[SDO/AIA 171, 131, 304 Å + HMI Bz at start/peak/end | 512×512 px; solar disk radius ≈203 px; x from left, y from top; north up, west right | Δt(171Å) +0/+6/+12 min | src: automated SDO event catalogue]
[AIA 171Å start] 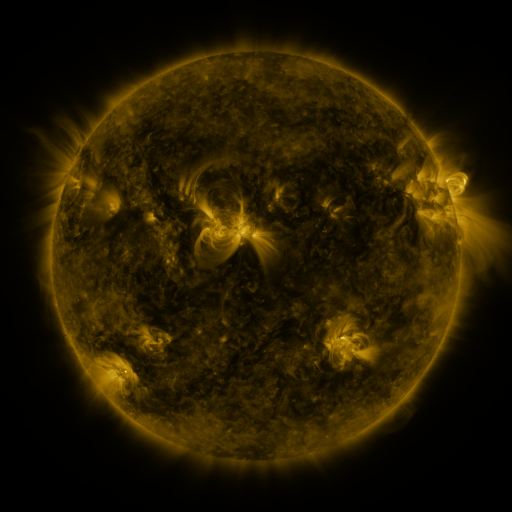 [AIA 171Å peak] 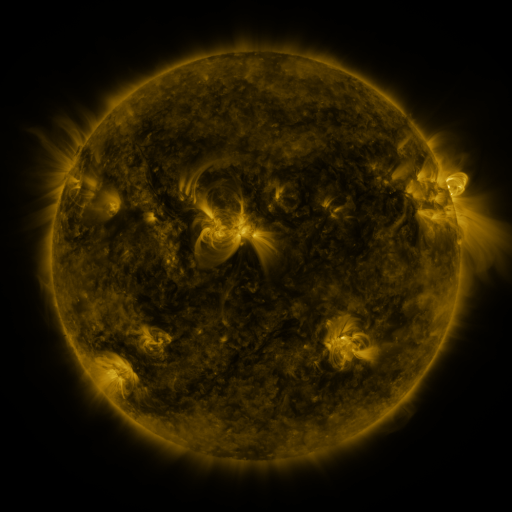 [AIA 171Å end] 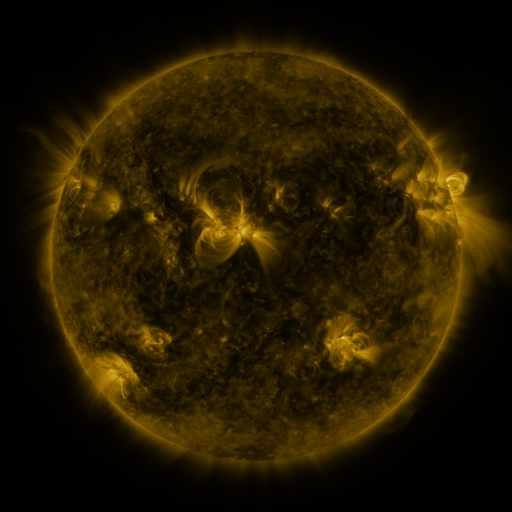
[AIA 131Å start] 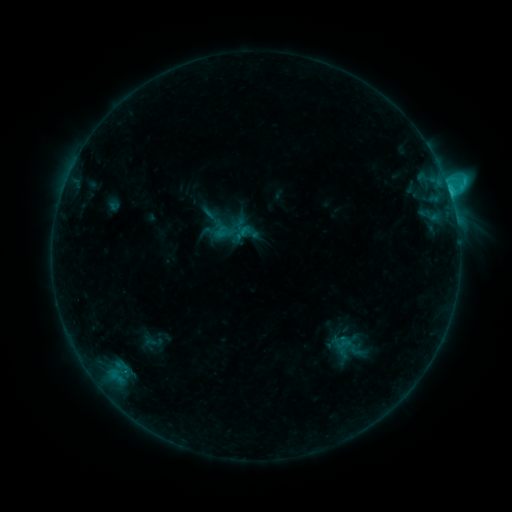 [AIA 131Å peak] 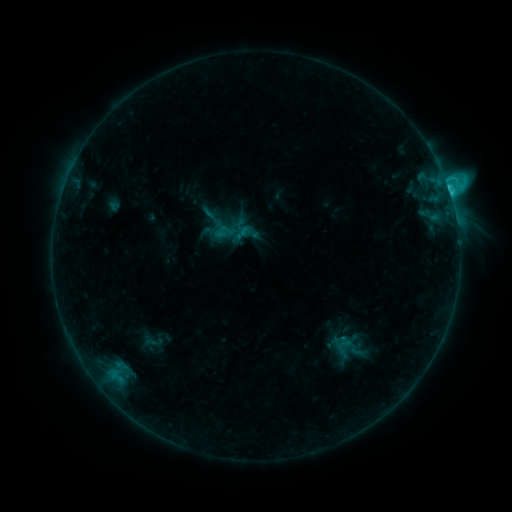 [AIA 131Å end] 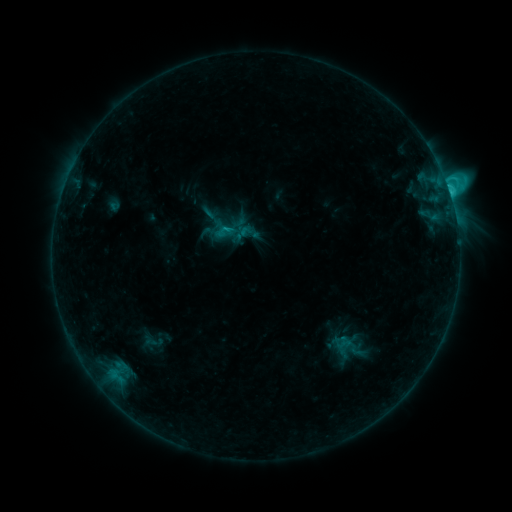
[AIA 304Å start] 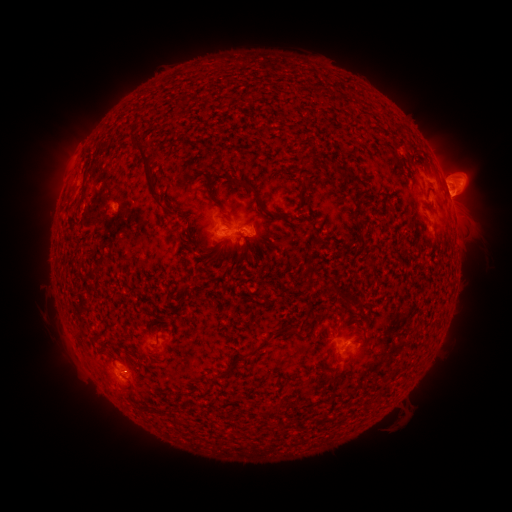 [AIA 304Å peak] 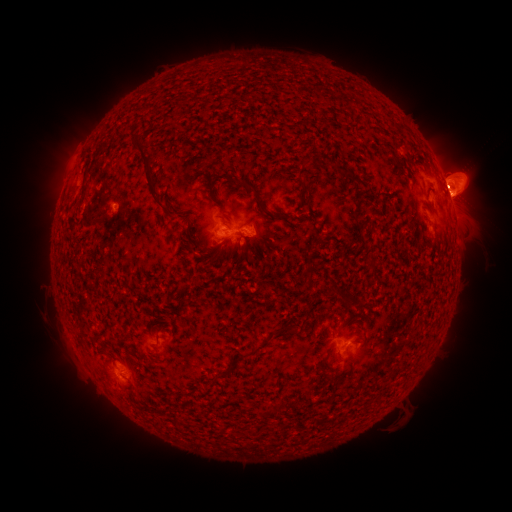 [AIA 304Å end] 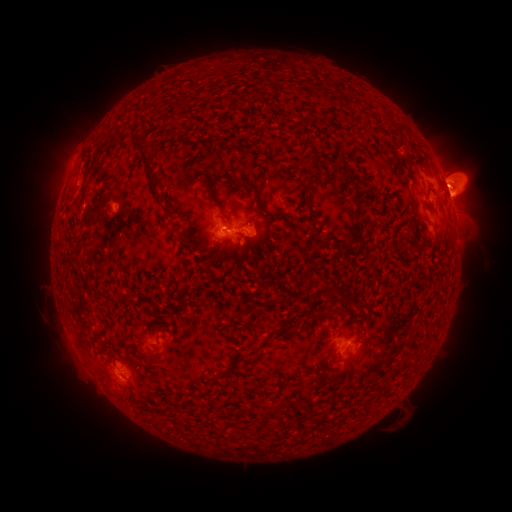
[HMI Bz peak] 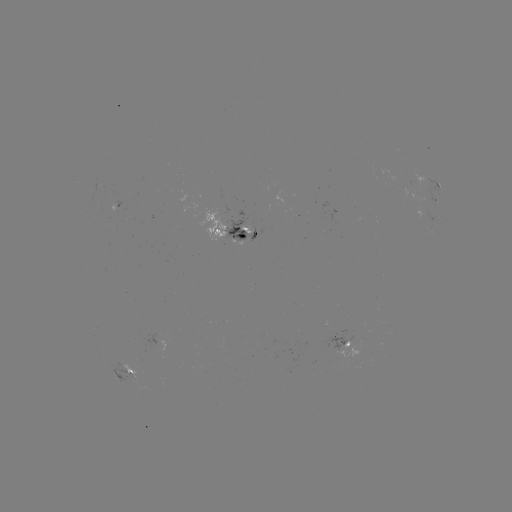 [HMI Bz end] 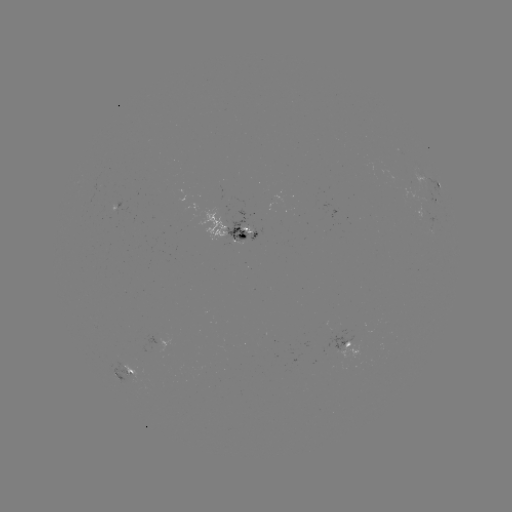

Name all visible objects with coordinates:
C2.8 flare: (446, 188)
